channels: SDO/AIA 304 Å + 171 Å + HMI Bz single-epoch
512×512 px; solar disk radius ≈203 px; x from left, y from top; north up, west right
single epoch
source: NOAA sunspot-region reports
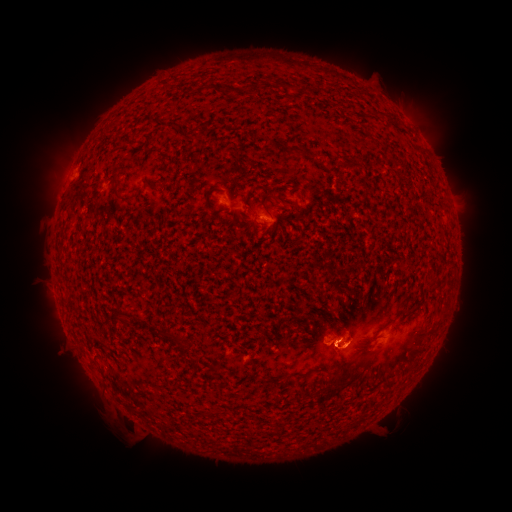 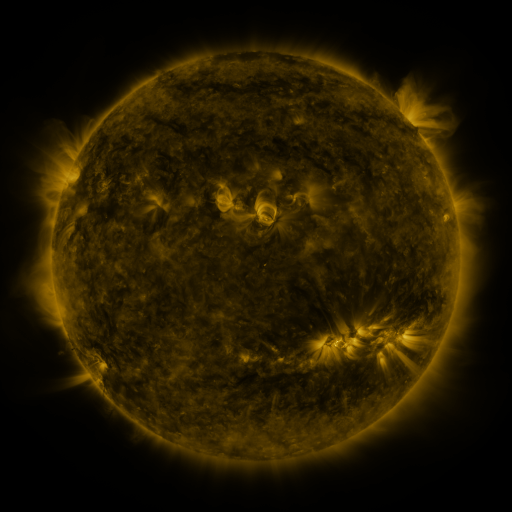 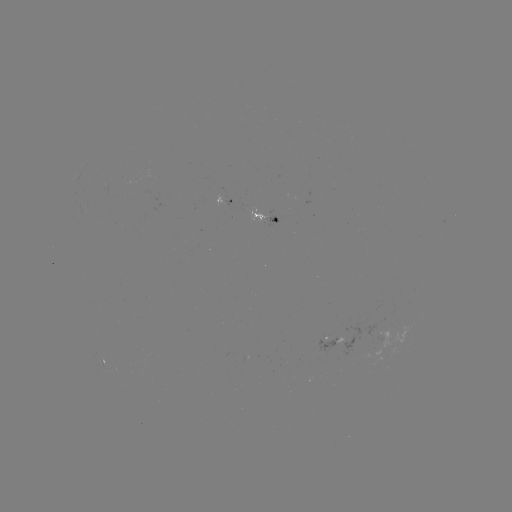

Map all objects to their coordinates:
spotted active region: (229, 199)
spotted active region: (266, 216)
spotted active region: (332, 344)
spotted active region: (104, 362)
